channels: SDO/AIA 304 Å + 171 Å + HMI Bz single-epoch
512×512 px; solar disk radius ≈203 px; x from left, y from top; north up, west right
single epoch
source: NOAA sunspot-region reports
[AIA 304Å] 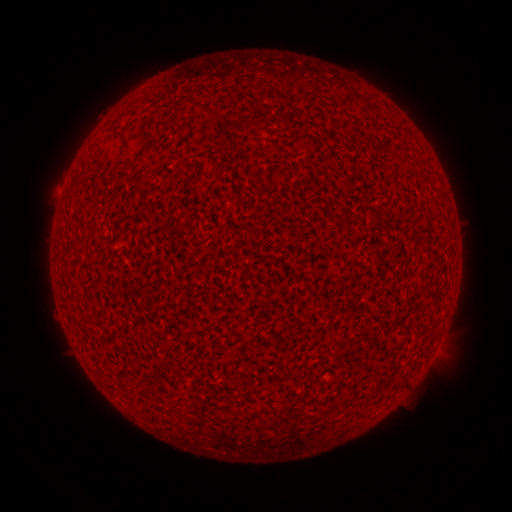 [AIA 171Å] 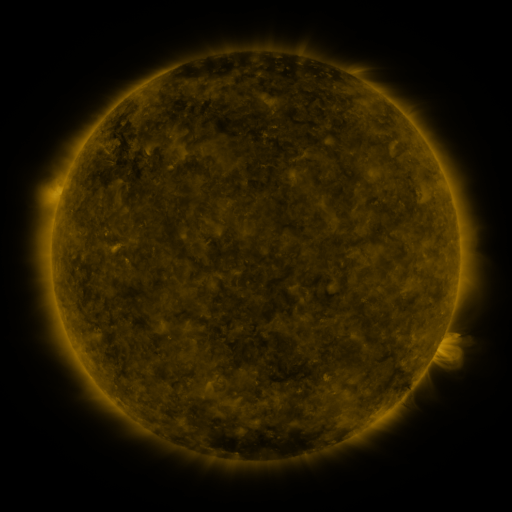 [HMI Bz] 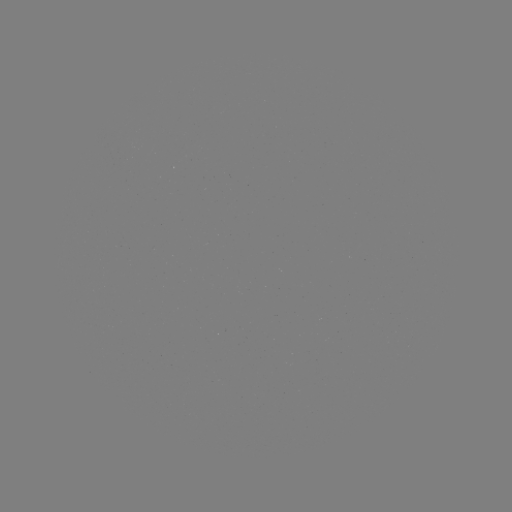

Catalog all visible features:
(none)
